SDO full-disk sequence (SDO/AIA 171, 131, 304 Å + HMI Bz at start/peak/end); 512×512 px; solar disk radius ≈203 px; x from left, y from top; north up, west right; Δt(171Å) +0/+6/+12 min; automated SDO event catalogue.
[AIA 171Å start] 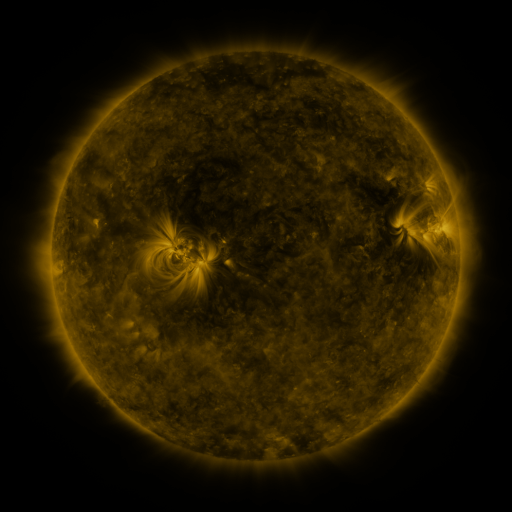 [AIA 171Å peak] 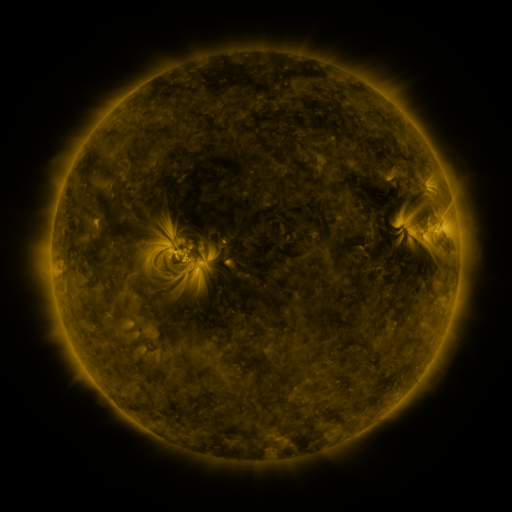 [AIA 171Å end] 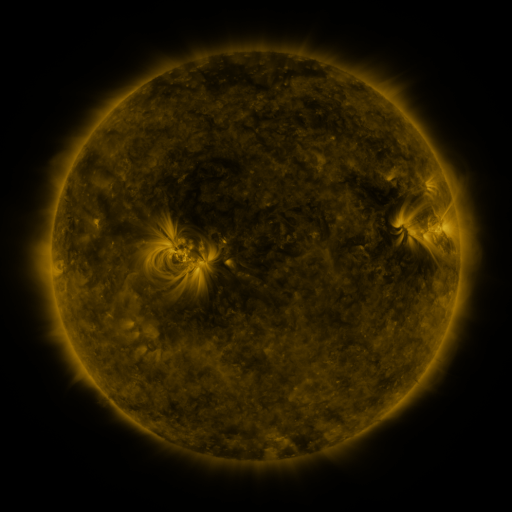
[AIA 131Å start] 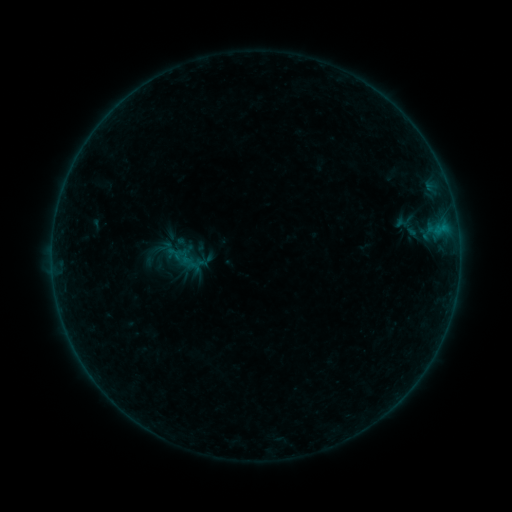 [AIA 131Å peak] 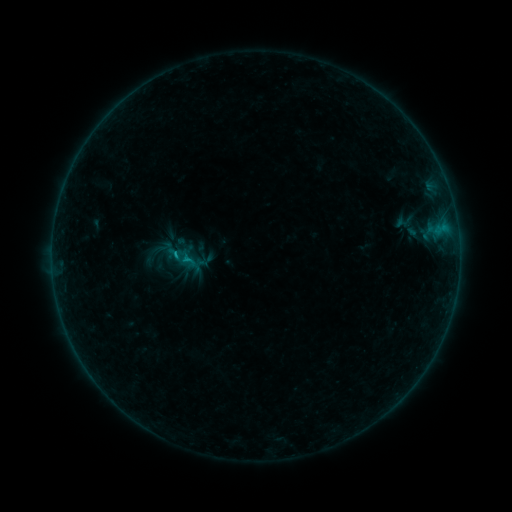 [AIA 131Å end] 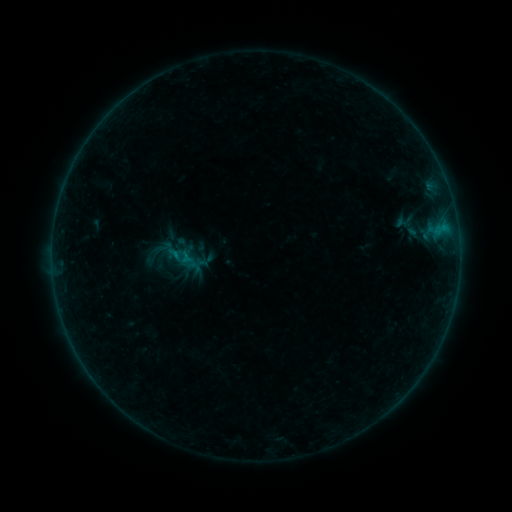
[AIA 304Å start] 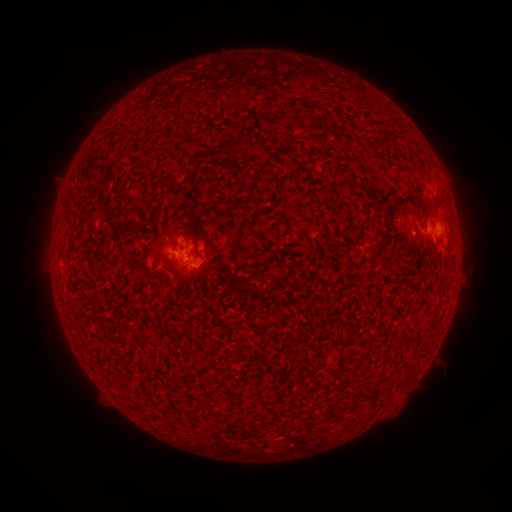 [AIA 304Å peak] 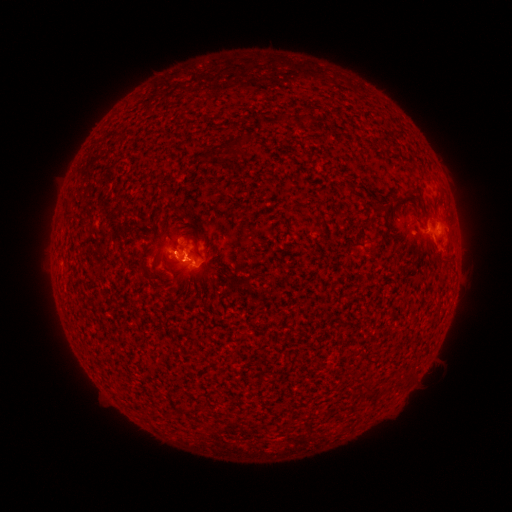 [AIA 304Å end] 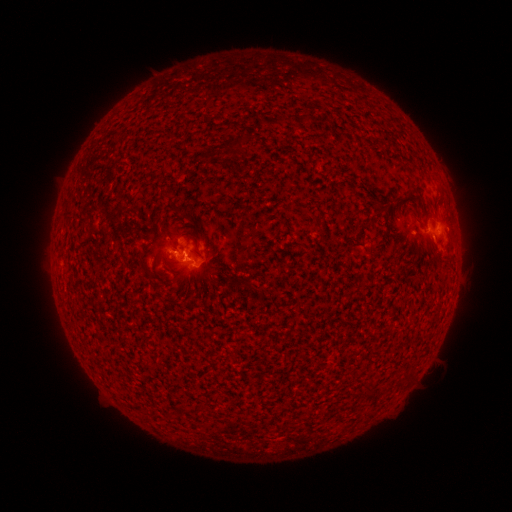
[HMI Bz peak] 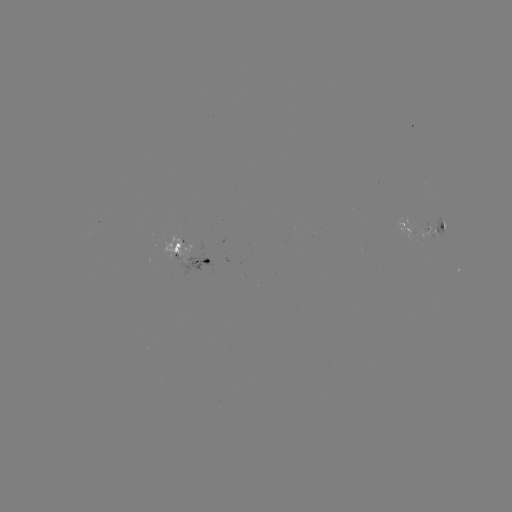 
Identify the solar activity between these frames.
B5.3 flare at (176, 257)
